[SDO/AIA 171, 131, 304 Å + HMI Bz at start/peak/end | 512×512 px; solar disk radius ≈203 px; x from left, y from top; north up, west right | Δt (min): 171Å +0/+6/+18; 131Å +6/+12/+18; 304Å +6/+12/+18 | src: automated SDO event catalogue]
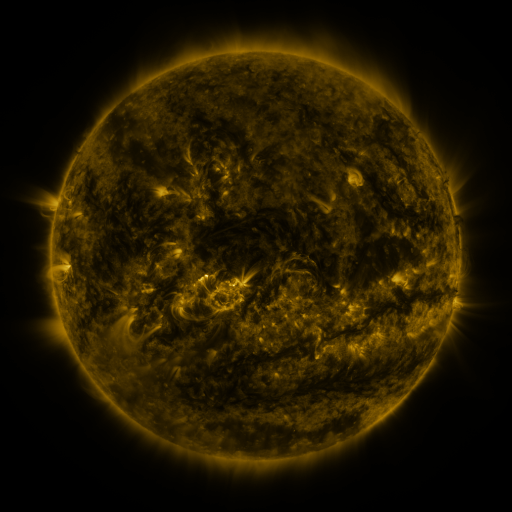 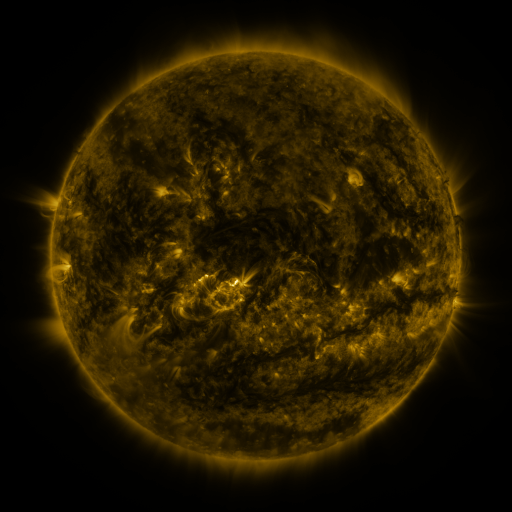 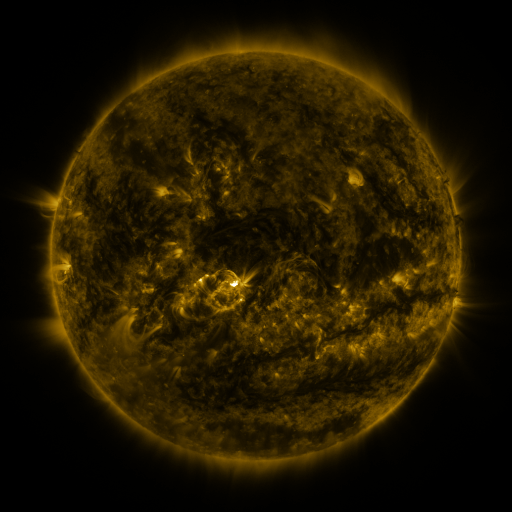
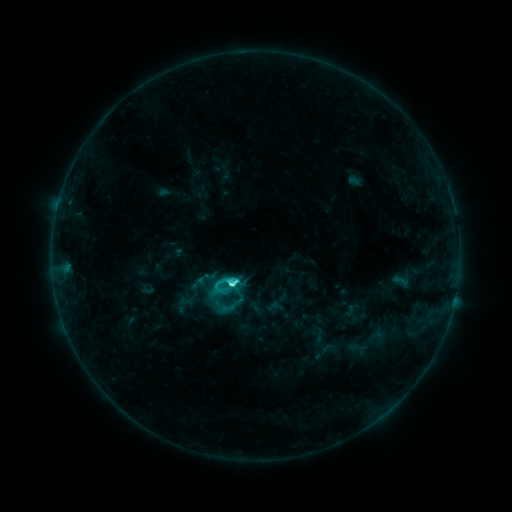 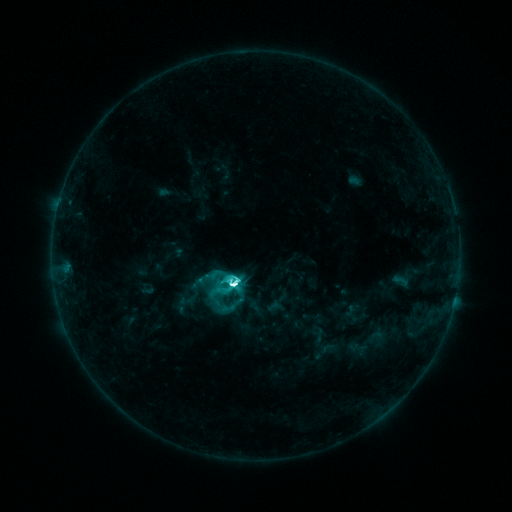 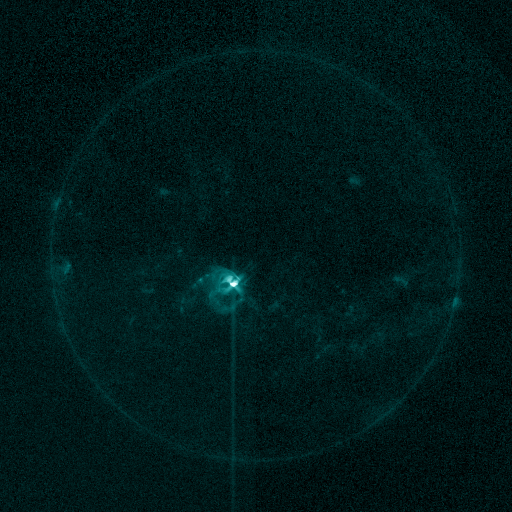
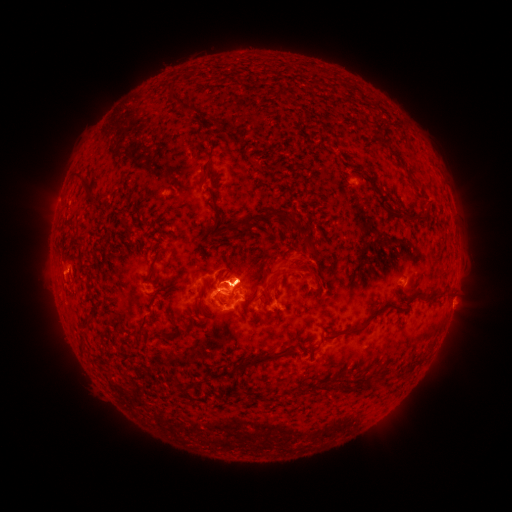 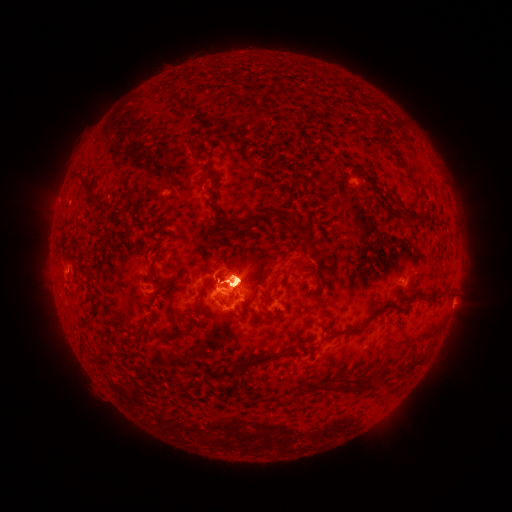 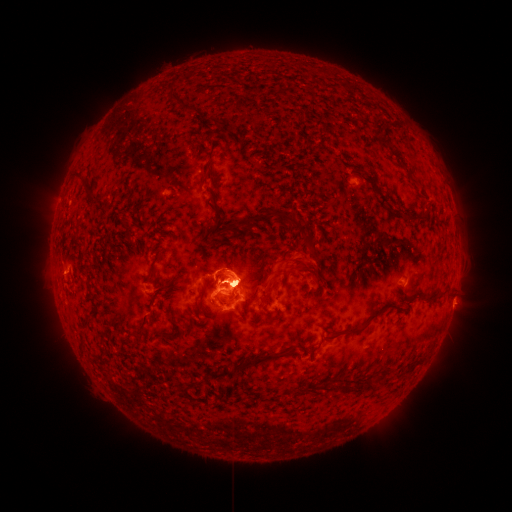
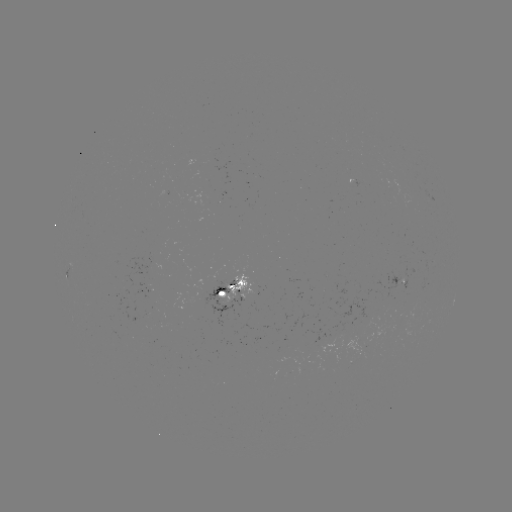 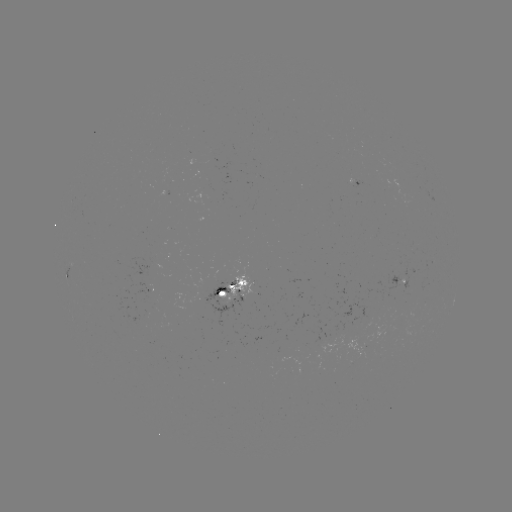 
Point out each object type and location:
eruption: (237, 268)
